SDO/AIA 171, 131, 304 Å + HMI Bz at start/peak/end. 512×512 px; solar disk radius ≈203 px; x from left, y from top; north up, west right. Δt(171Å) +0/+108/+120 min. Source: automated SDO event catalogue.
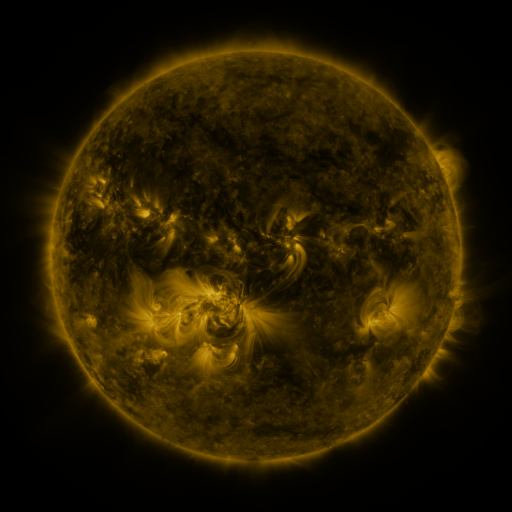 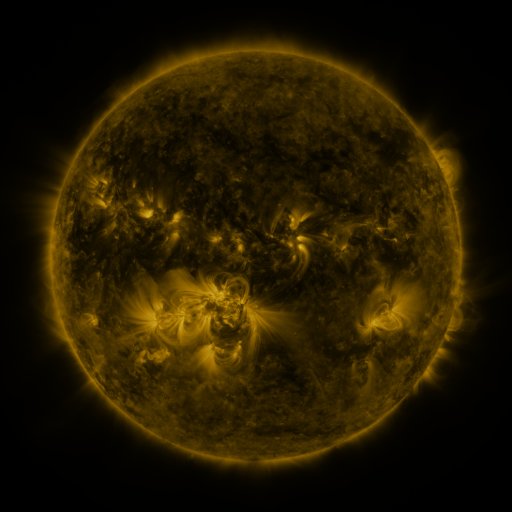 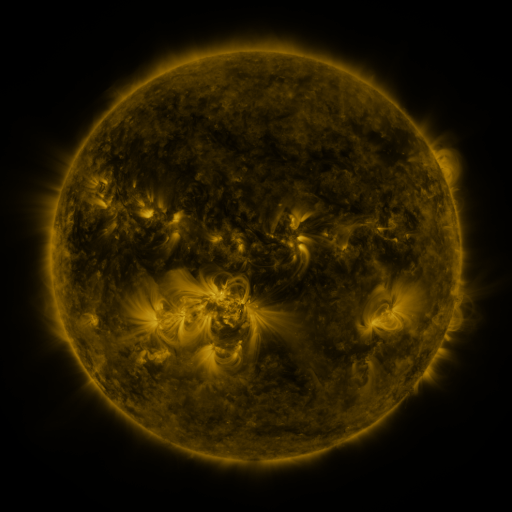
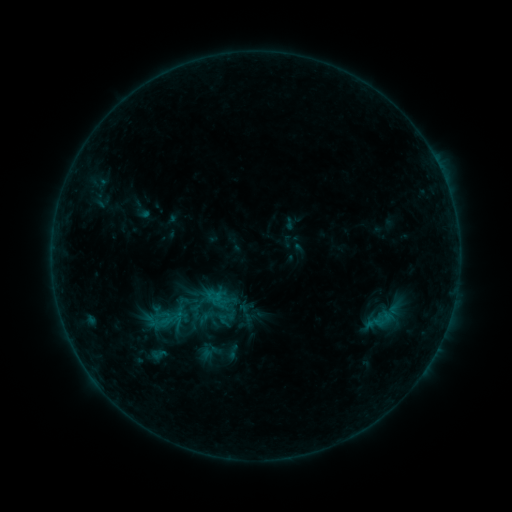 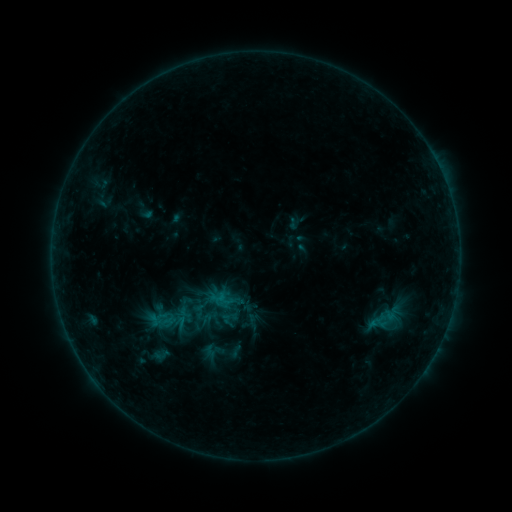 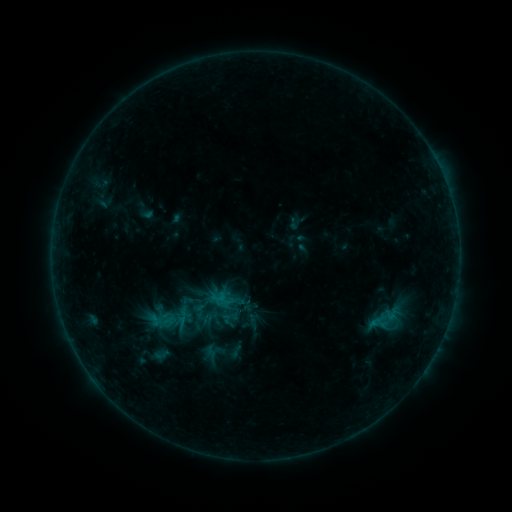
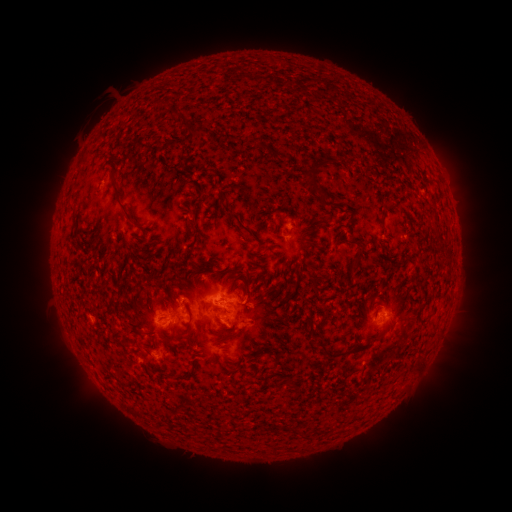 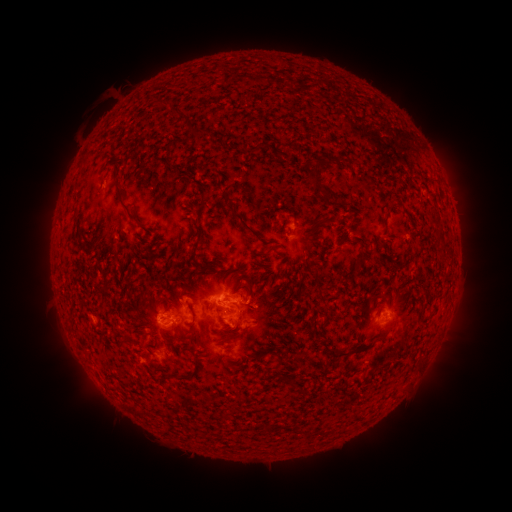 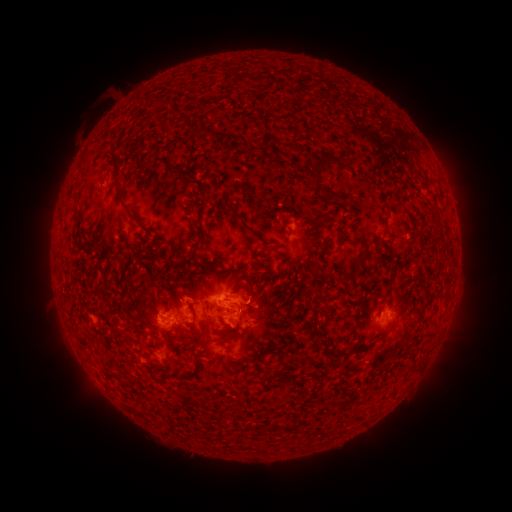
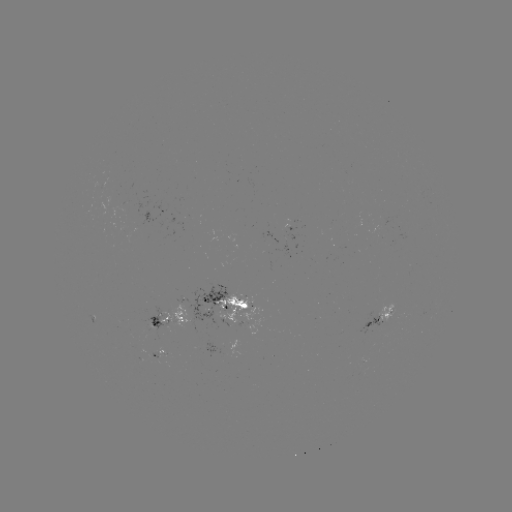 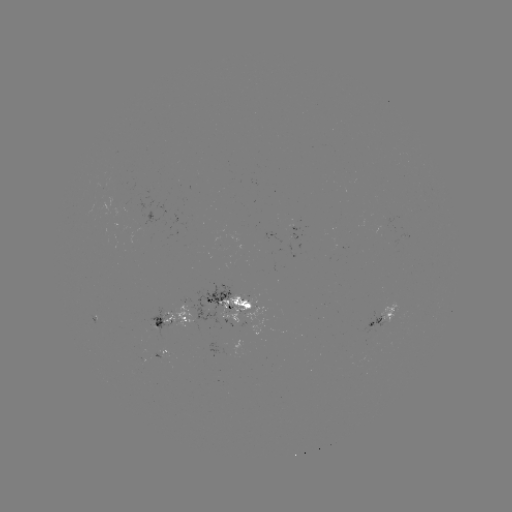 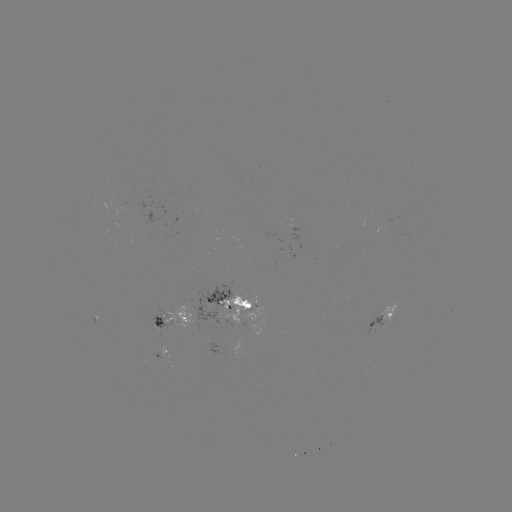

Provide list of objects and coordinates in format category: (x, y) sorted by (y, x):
emerging-flux region: (96, 316)
